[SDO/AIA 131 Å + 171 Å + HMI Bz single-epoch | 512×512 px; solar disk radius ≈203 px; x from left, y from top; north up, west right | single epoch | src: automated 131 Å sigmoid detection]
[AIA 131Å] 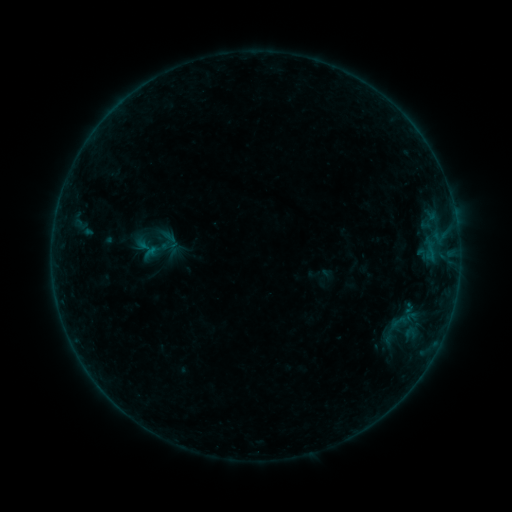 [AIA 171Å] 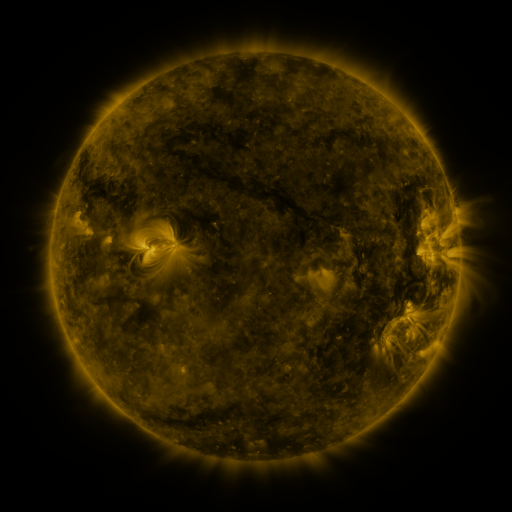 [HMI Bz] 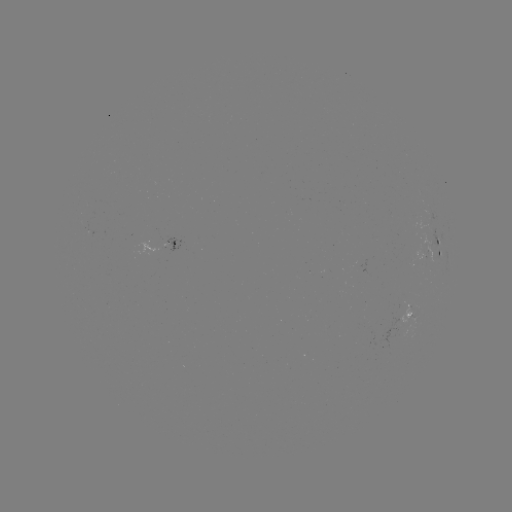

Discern sigmoid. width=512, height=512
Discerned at (146, 249).